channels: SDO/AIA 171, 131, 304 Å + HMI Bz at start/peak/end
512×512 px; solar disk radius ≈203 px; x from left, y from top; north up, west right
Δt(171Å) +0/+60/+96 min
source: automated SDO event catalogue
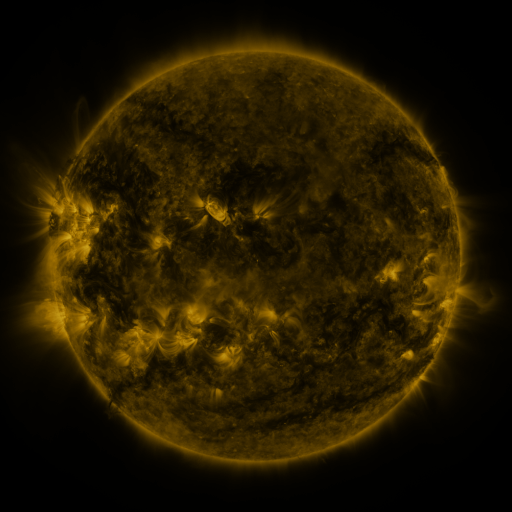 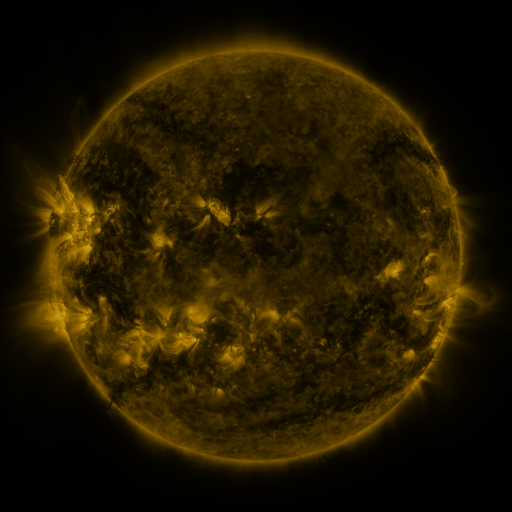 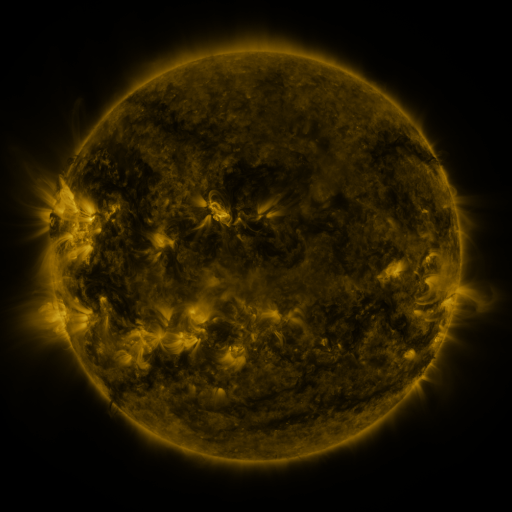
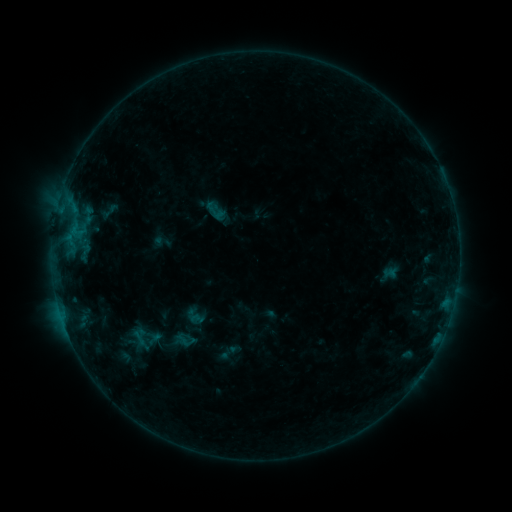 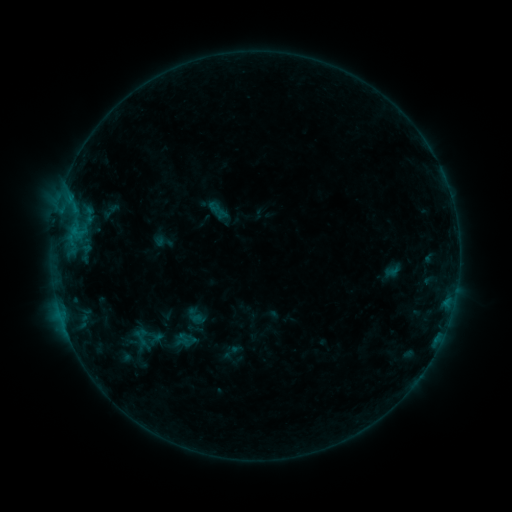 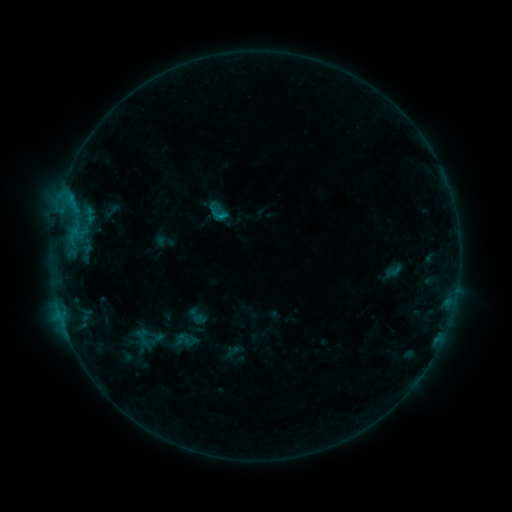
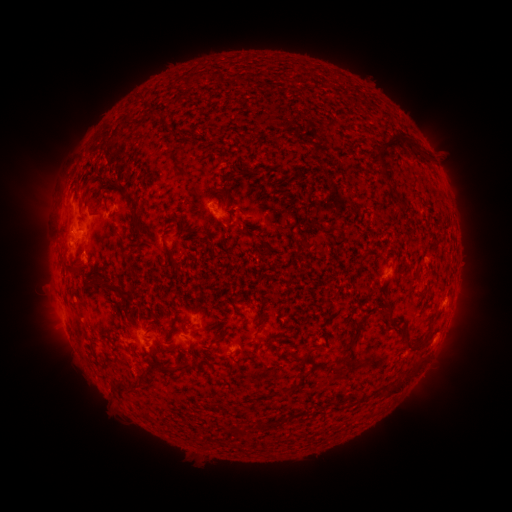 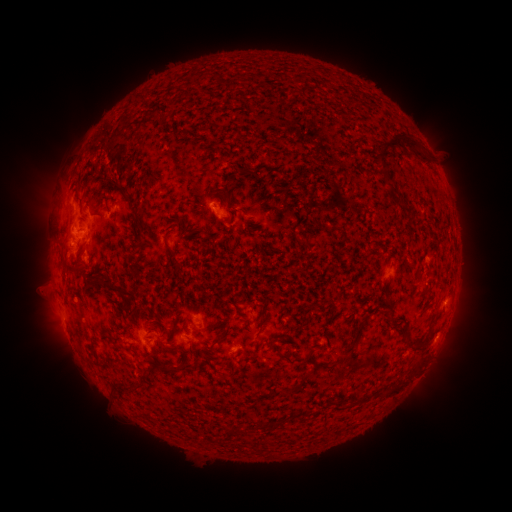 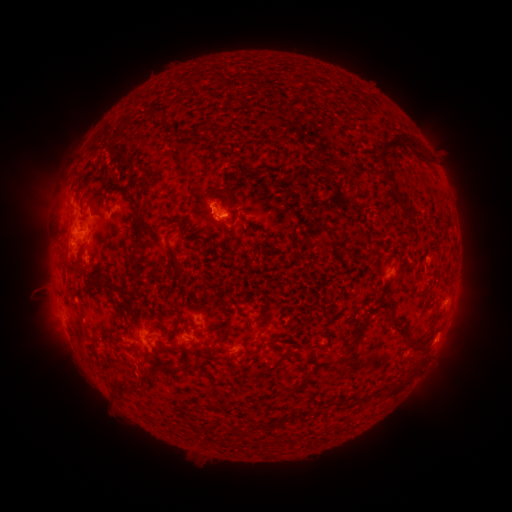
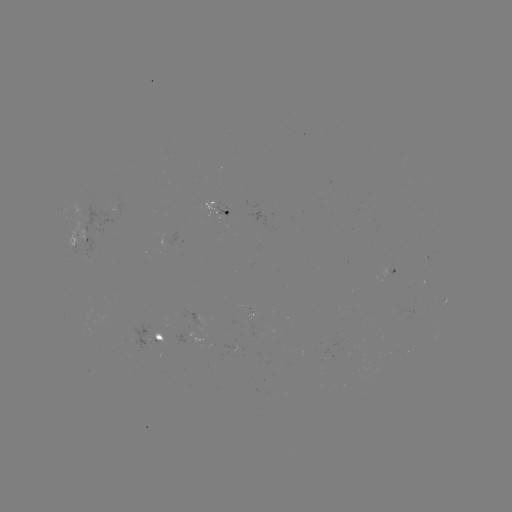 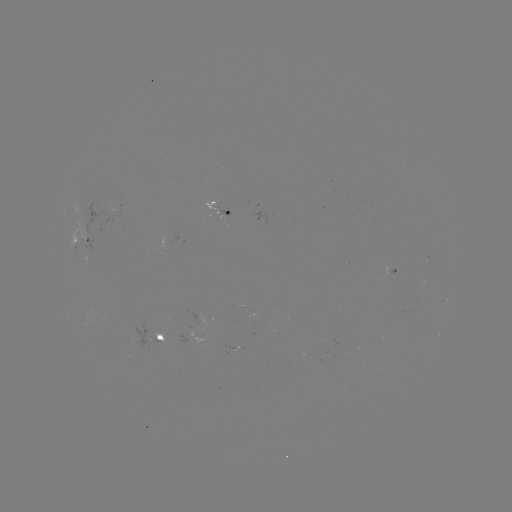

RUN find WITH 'emerging-flux region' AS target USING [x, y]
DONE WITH [154, 342] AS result